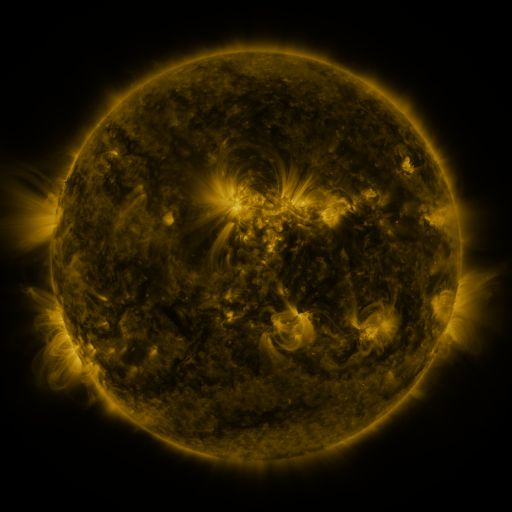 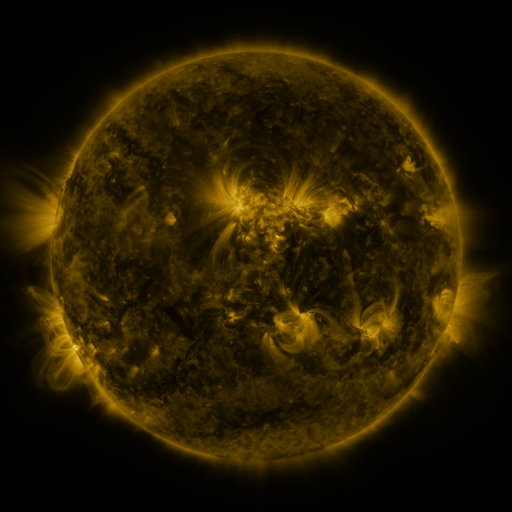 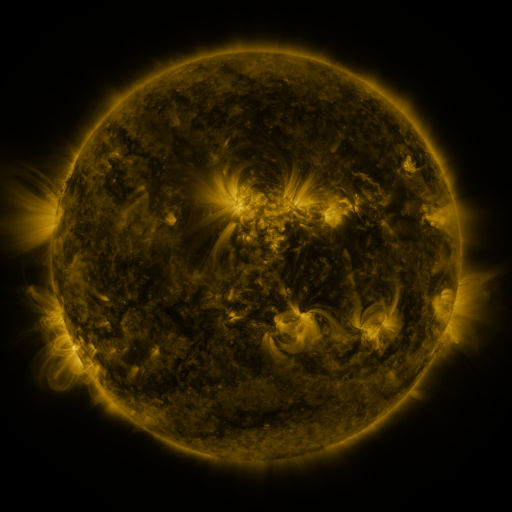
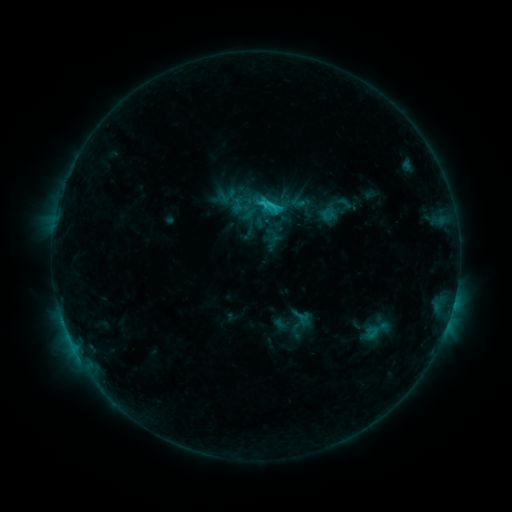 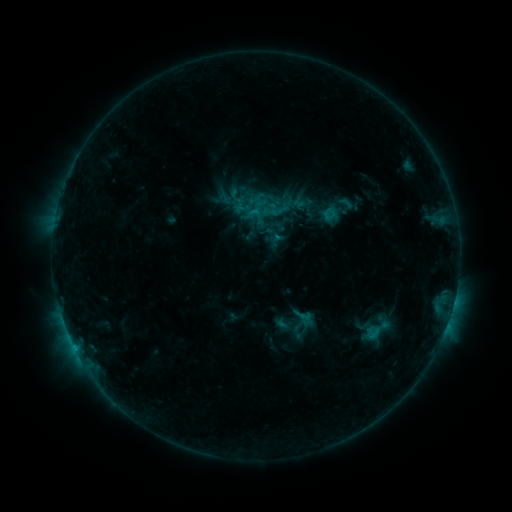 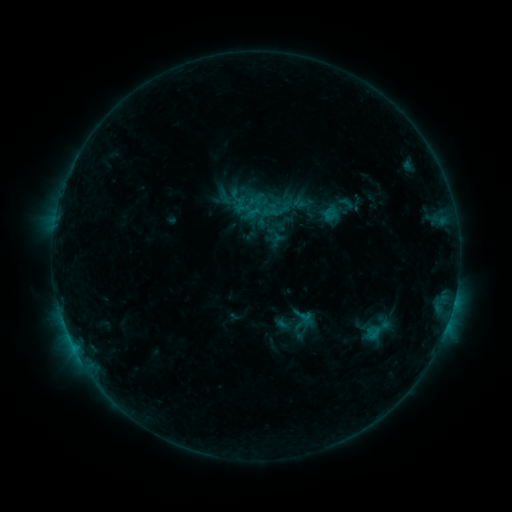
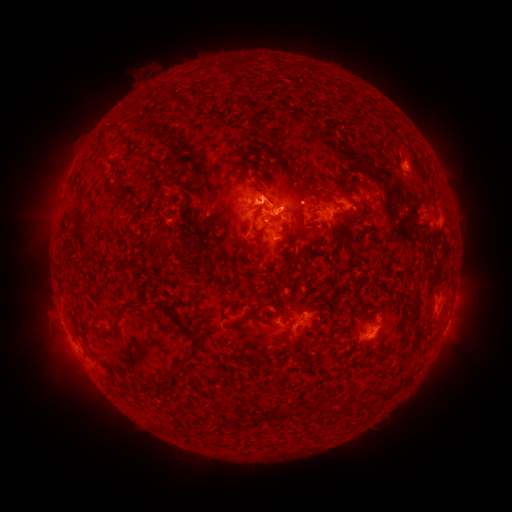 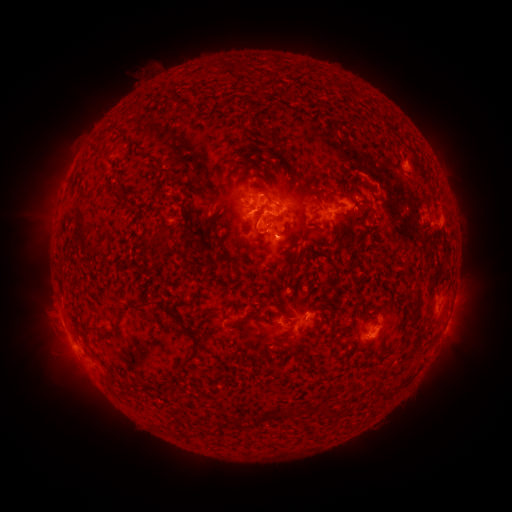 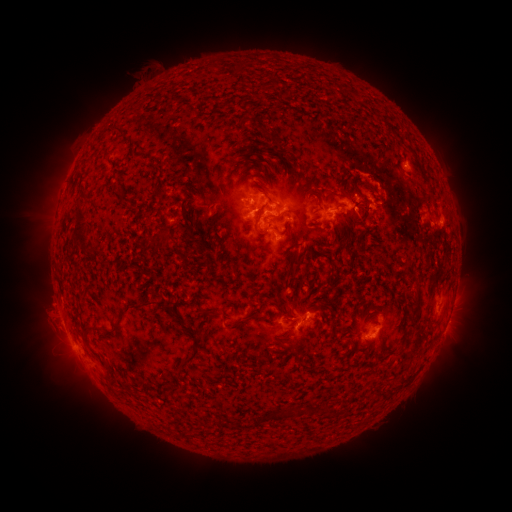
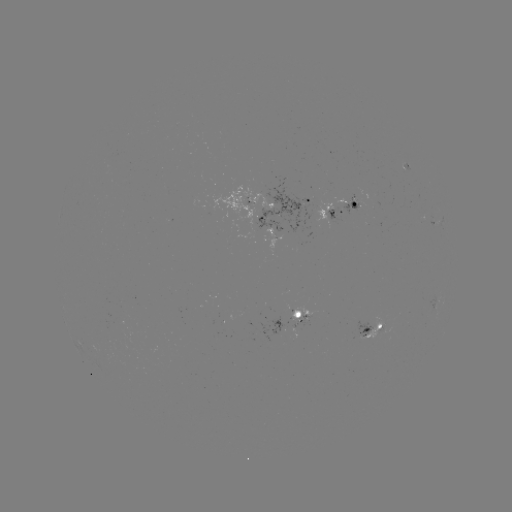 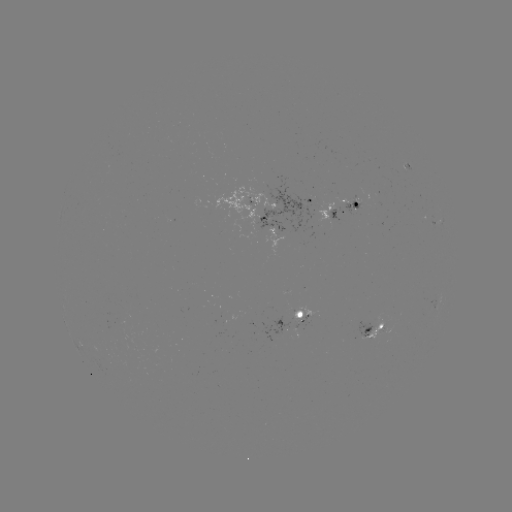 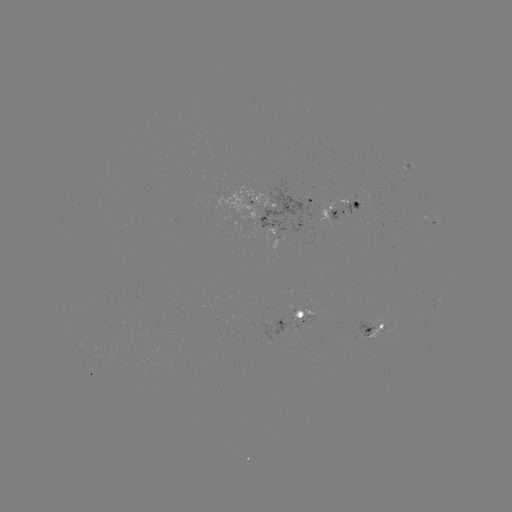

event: emerging-flux region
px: (379, 329)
